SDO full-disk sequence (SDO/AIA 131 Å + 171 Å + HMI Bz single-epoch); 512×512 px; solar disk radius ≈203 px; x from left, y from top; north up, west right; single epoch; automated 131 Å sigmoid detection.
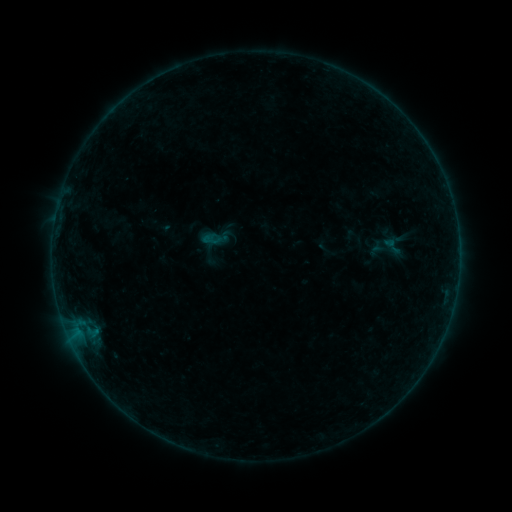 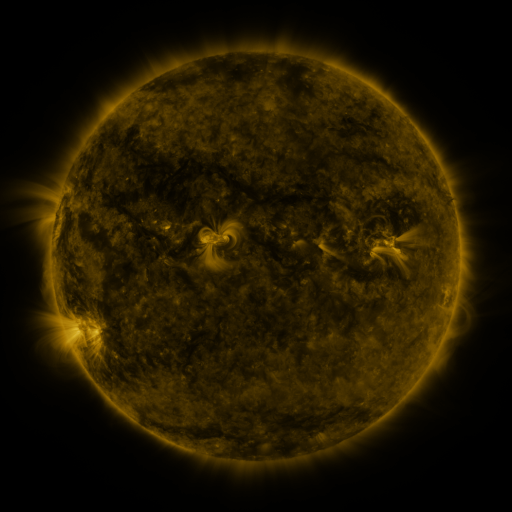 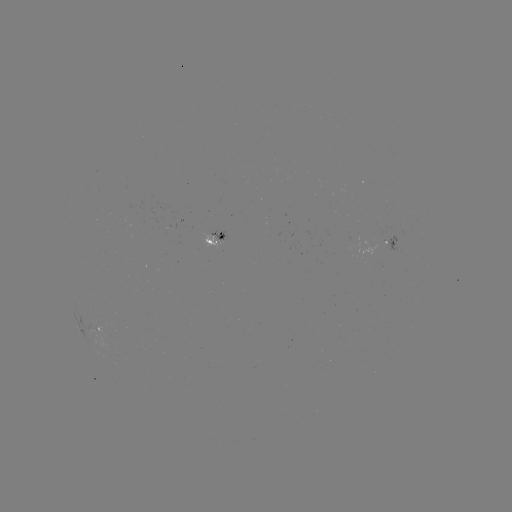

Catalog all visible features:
sigmoid: (201, 230, 220, 250)
